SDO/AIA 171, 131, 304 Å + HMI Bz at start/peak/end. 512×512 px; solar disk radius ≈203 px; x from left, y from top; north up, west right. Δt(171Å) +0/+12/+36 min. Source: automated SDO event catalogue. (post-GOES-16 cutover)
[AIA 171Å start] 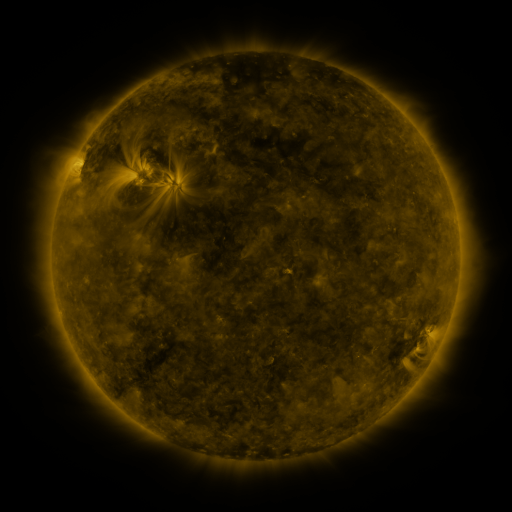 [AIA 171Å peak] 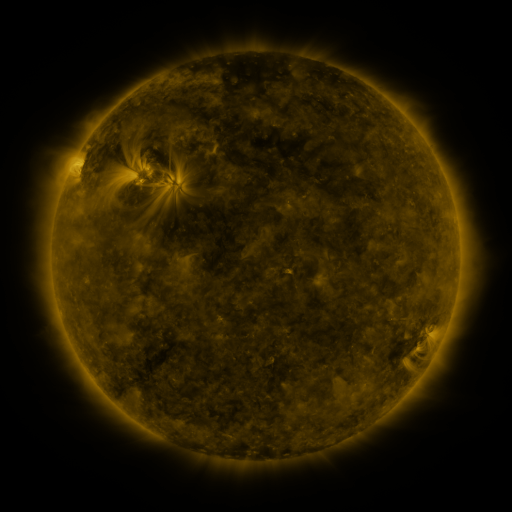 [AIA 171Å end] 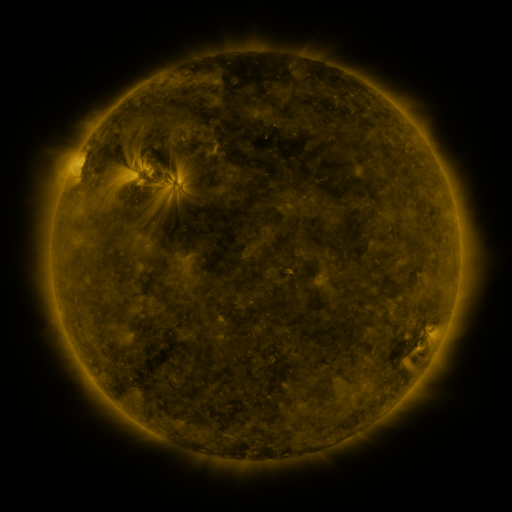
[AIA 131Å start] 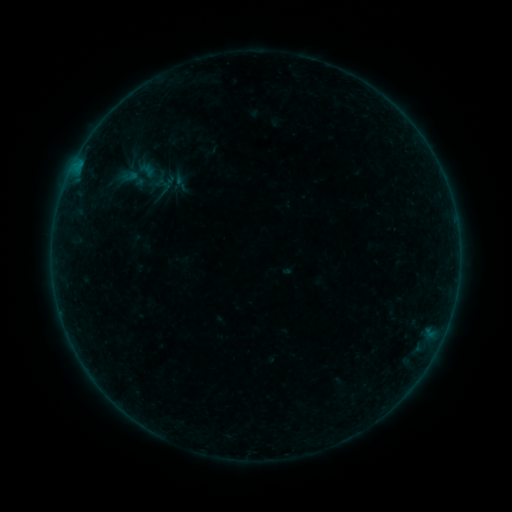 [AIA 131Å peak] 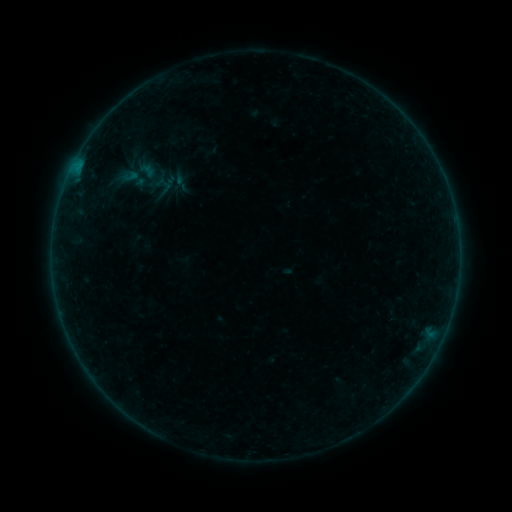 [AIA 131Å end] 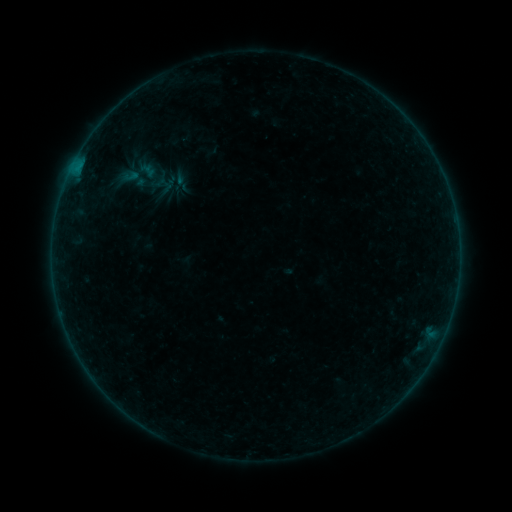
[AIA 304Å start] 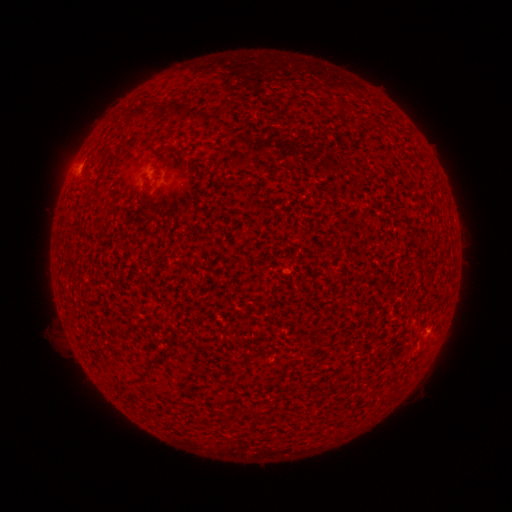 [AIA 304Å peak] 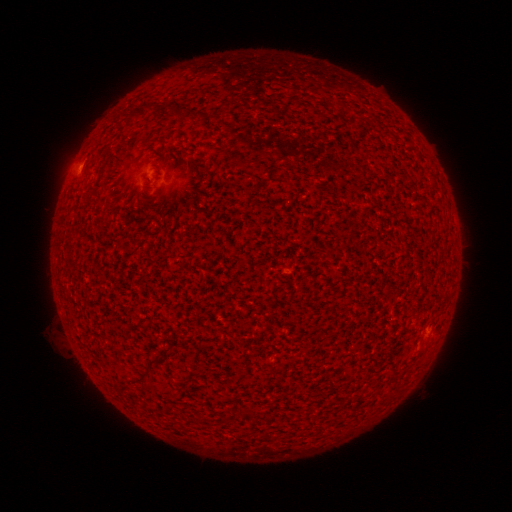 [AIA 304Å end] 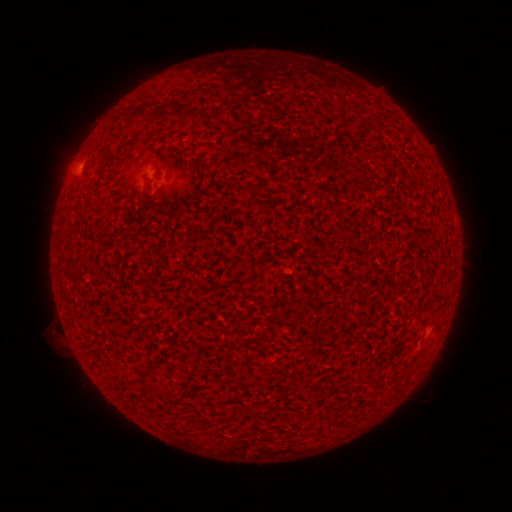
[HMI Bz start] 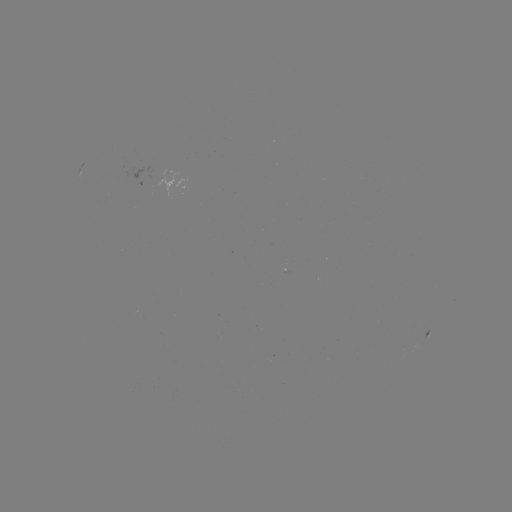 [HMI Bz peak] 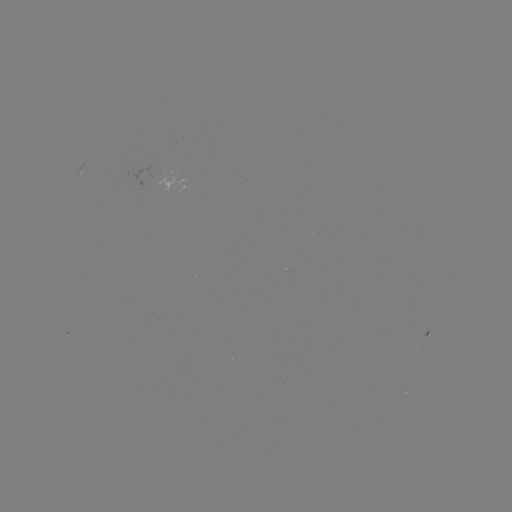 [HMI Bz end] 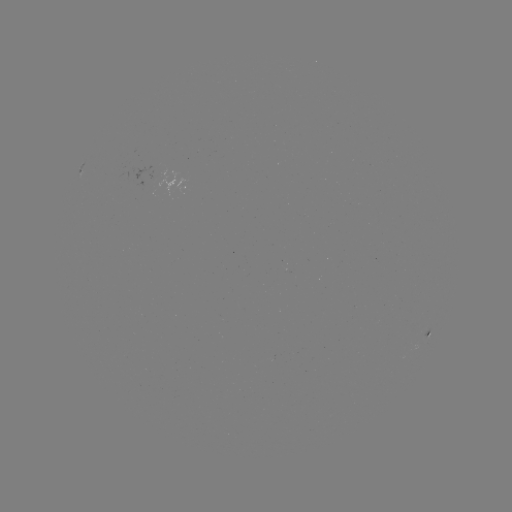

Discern A9.1 flare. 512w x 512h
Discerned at [76, 170].